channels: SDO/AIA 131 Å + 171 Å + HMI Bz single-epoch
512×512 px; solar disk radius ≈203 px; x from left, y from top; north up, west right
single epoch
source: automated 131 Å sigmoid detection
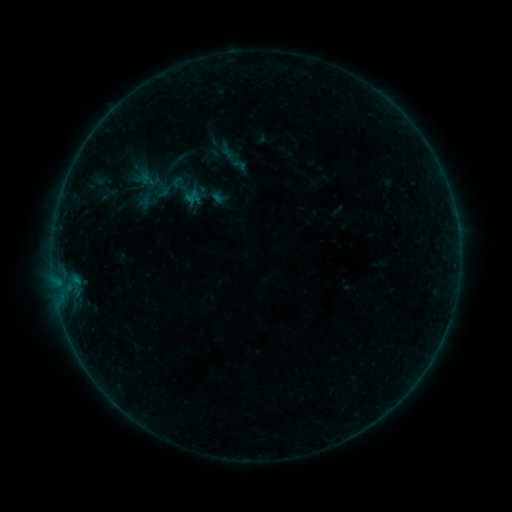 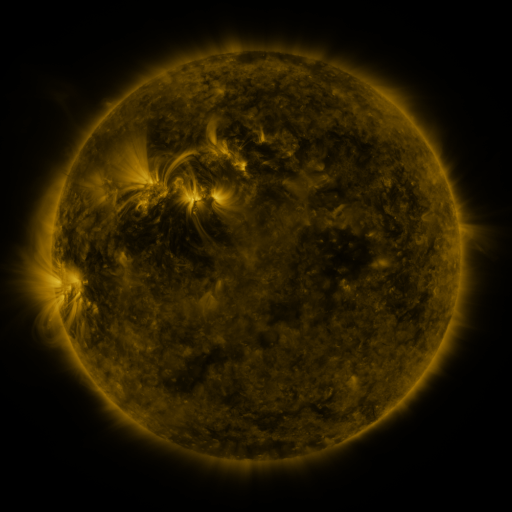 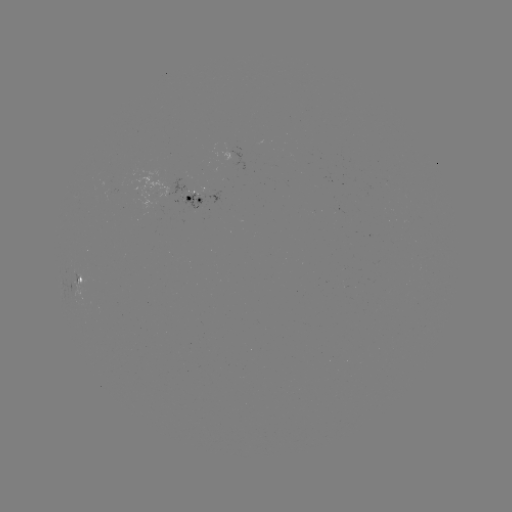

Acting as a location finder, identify sigmoid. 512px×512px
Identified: (177, 160).